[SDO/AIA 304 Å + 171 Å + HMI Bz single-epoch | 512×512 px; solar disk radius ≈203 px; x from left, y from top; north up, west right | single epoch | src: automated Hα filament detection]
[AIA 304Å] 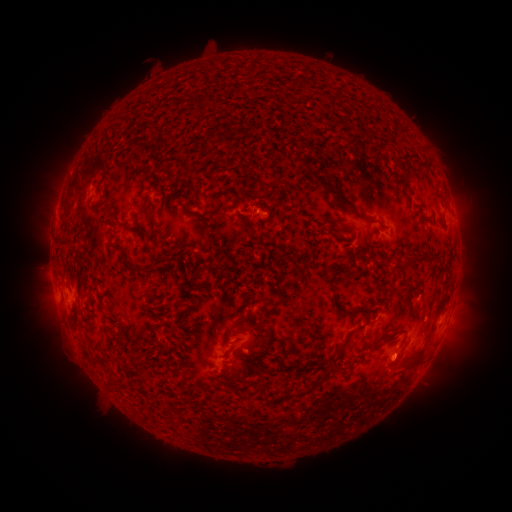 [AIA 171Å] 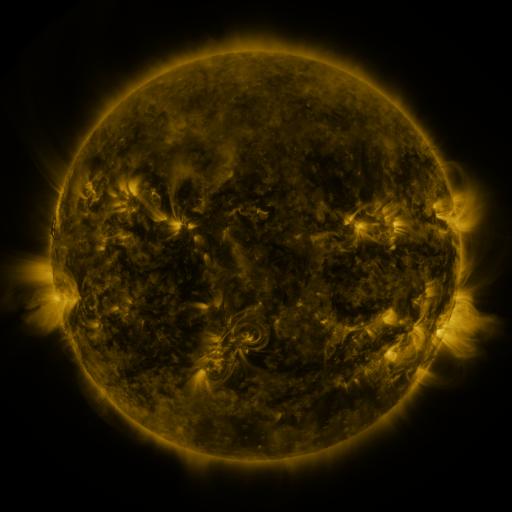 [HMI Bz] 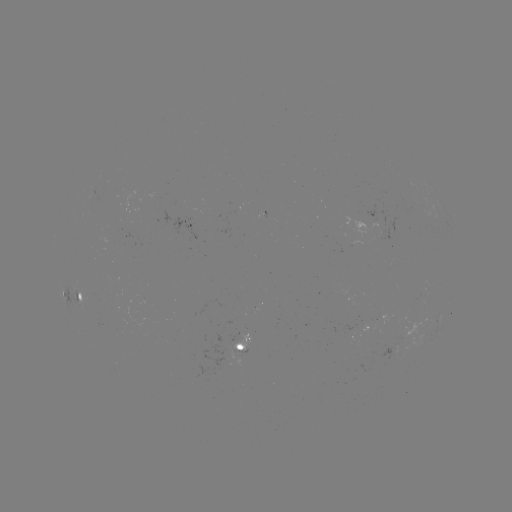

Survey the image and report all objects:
filament: (340, 116, 350, 127)
filament: (273, 173, 280, 187)
filament: (316, 179, 327, 188)
filament: (403, 180, 410, 193)
filament: (323, 189, 375, 223)
filament: (144, 207, 151, 219)
filament: (152, 253, 164, 268)
filament: (284, 254, 295, 262)
filament: (122, 255, 139, 271)
filament: (401, 255, 415, 270)
filament: (417, 255, 438, 266)
filament: (327, 268, 364, 316)
filament: (75, 291, 82, 301)
filament: (273, 295, 285, 308)
filament: (330, 325, 363, 368)
filament: (261, 327, 272, 339)
filament: (389, 331, 399, 339)
filament: (392, 348, 425, 377)
filament: (275, 356, 285, 368)
filament: (292, 363, 309, 372)
filament: (239, 377, 247, 389)
filament: (311, 377, 322, 385)
filament: (115, 380, 127, 388)
filament: (296, 389, 308, 395)
